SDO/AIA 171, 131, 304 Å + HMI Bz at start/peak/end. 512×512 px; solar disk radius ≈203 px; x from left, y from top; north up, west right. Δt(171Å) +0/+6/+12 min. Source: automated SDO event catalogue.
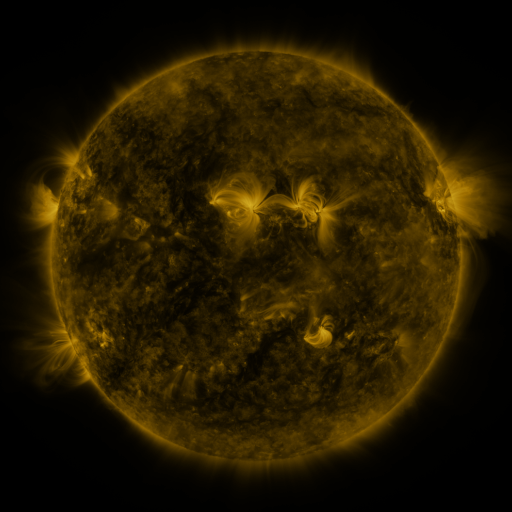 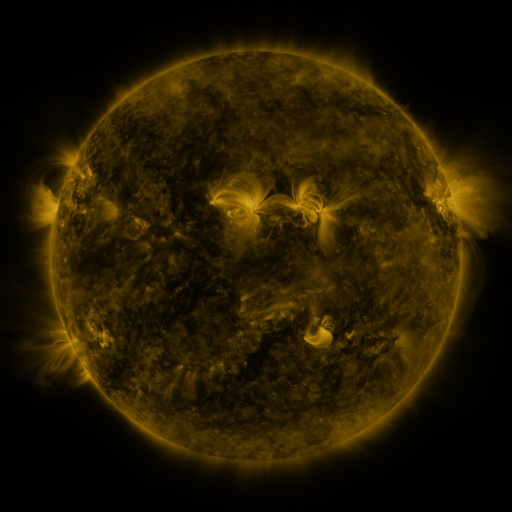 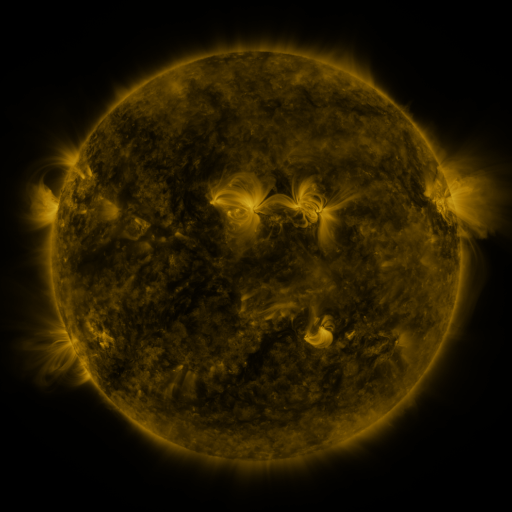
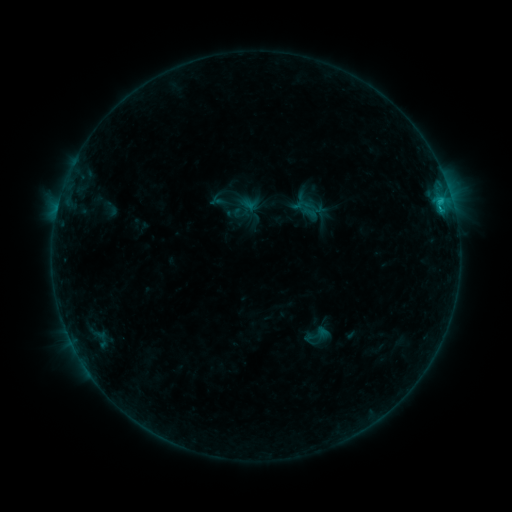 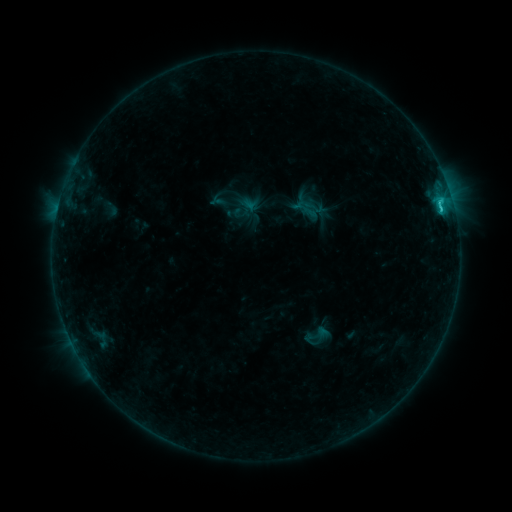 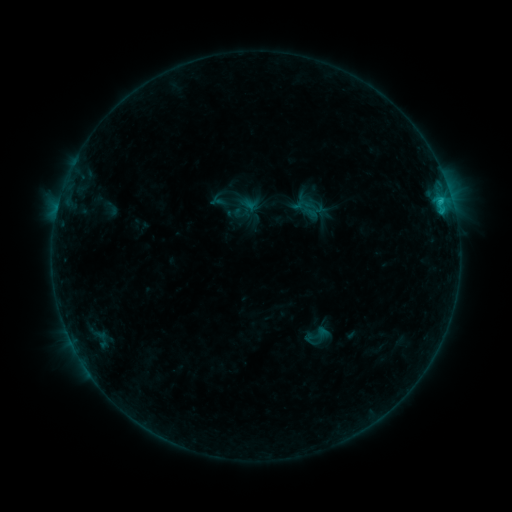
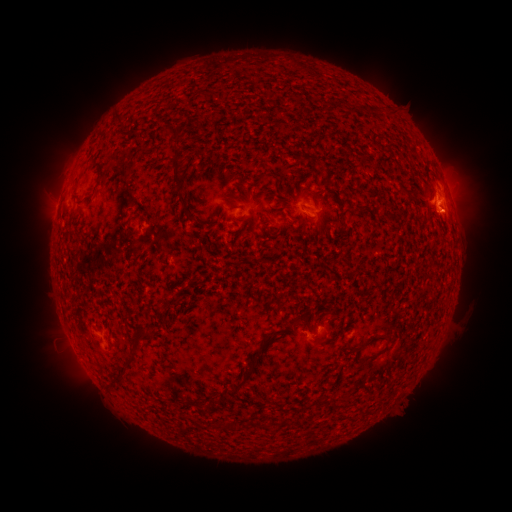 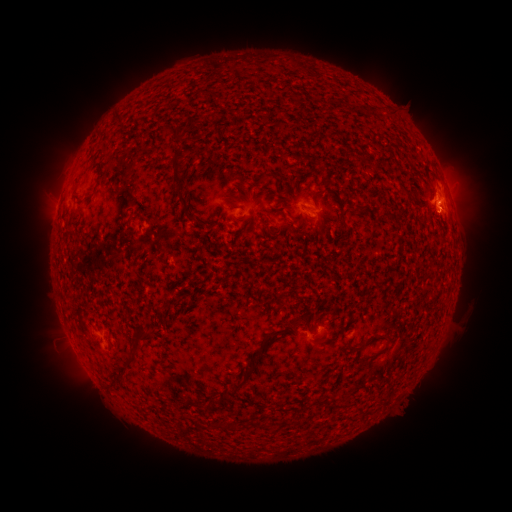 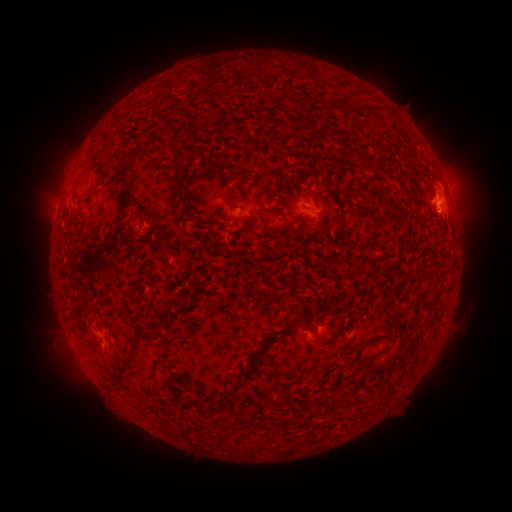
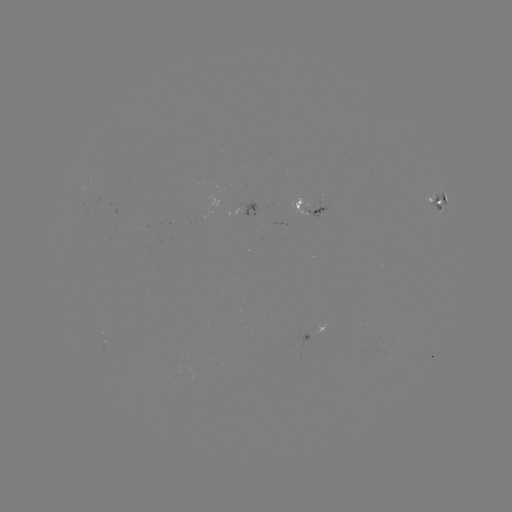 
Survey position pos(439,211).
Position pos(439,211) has C1.4 flare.